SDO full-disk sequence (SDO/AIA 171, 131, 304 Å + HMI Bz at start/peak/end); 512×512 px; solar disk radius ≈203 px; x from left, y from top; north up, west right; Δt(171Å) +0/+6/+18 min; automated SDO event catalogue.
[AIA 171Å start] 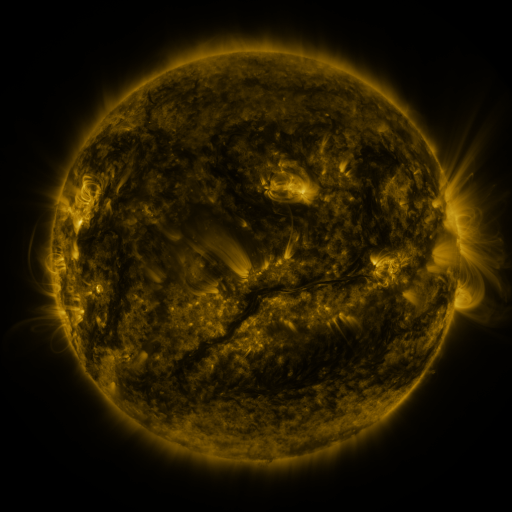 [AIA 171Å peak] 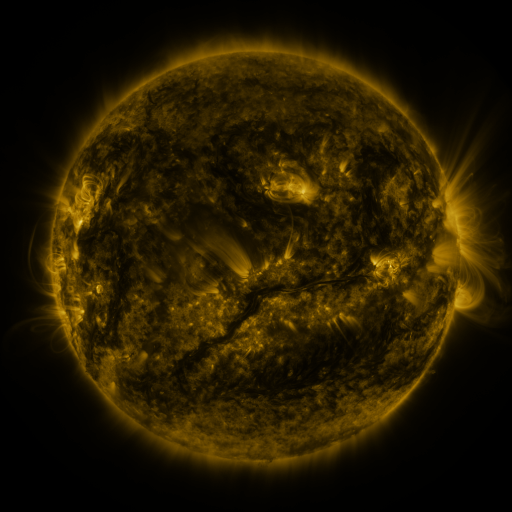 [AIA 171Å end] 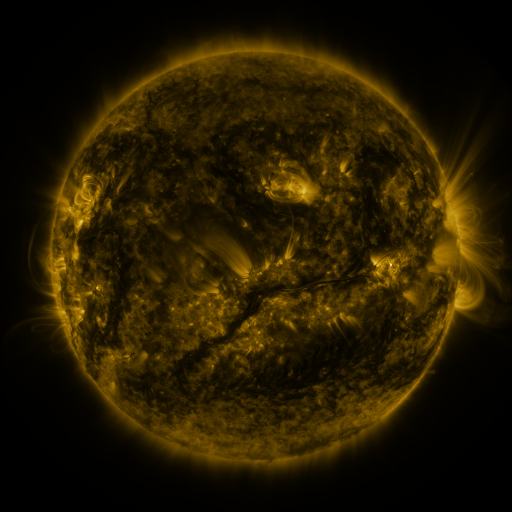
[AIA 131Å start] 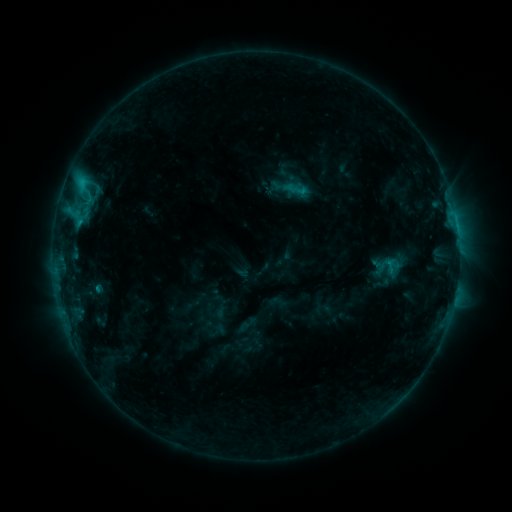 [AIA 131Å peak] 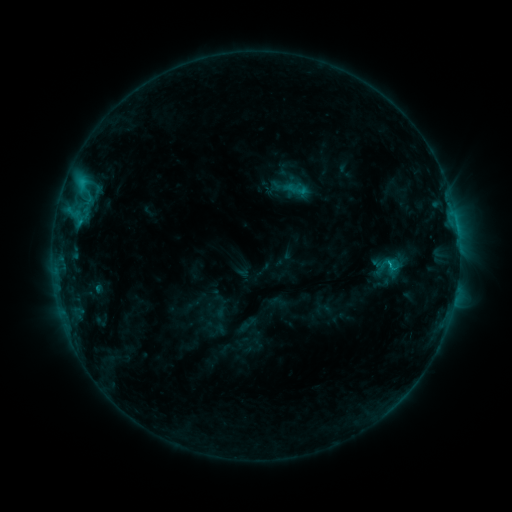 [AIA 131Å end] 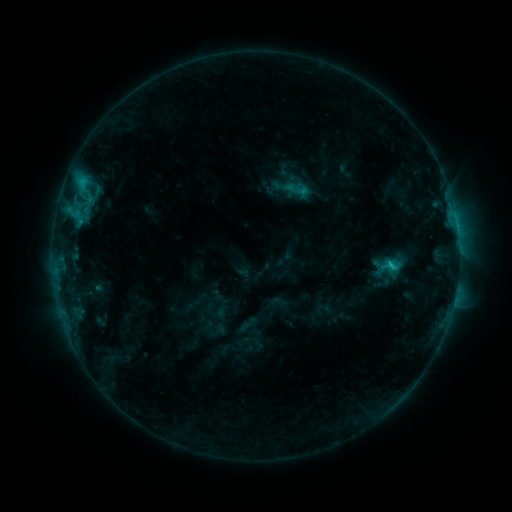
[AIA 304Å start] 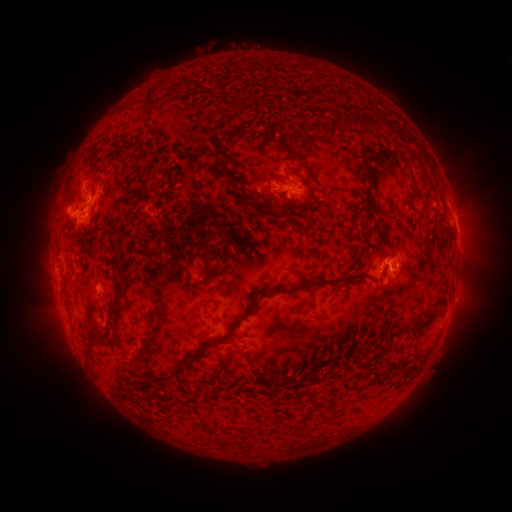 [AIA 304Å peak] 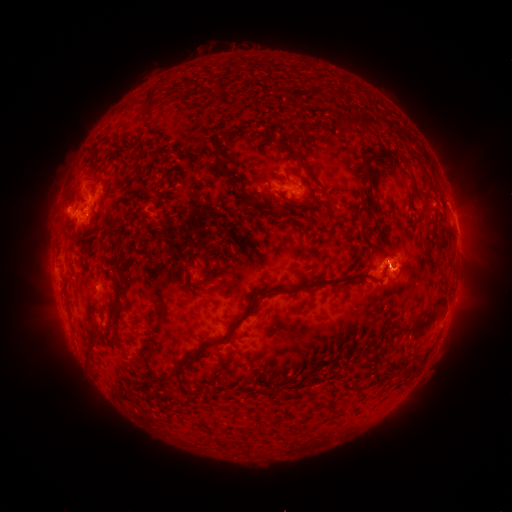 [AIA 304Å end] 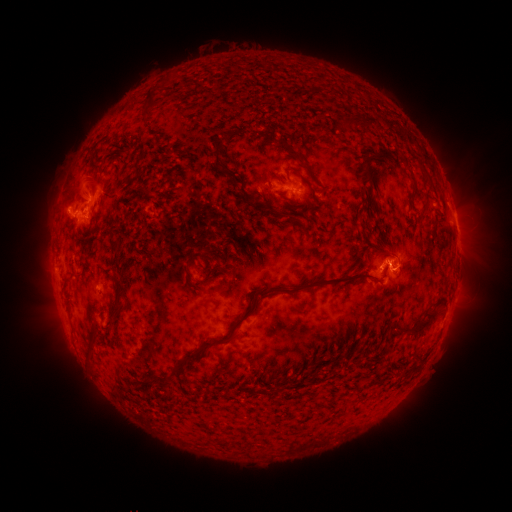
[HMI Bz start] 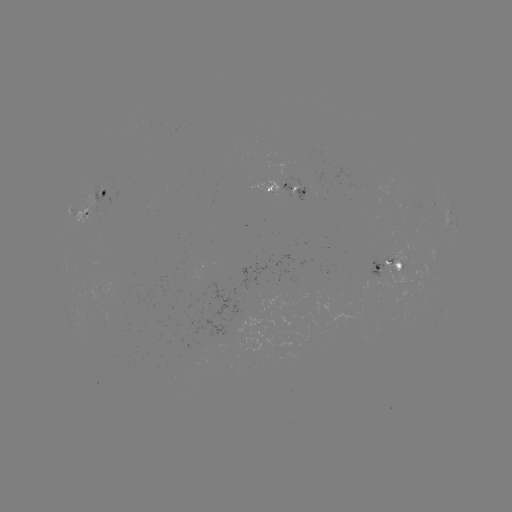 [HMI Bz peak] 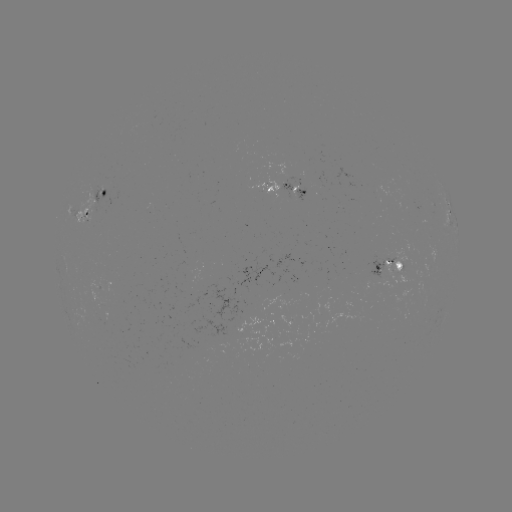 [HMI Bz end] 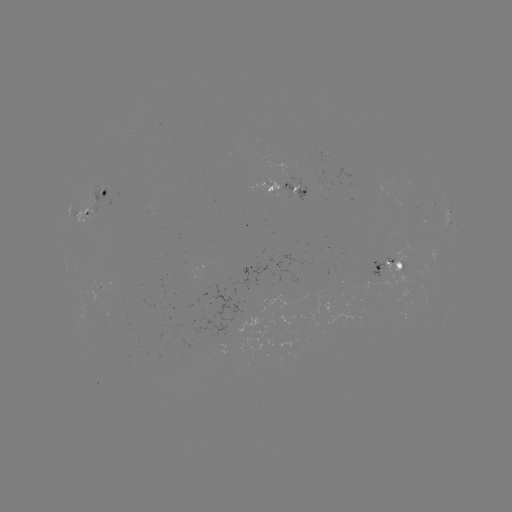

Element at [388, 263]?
C2.9 flare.